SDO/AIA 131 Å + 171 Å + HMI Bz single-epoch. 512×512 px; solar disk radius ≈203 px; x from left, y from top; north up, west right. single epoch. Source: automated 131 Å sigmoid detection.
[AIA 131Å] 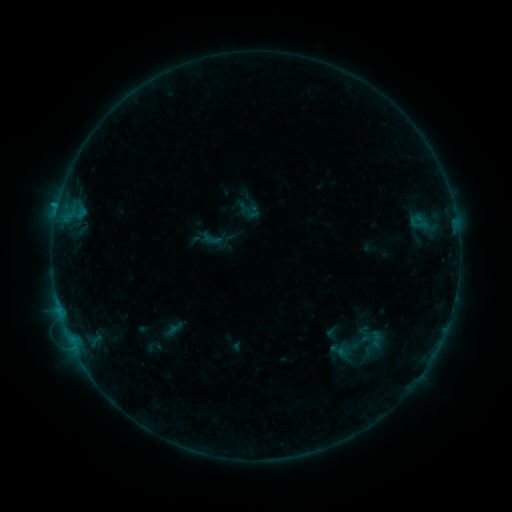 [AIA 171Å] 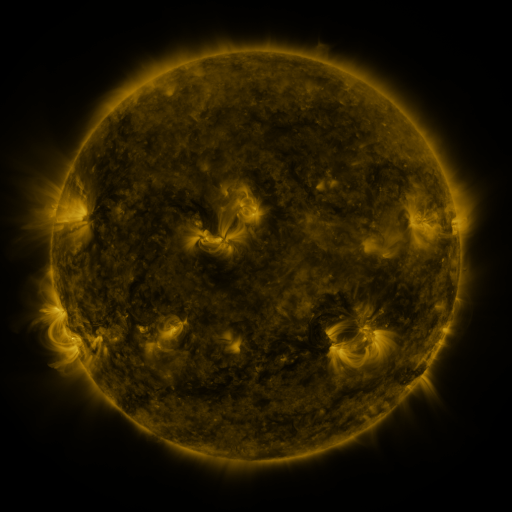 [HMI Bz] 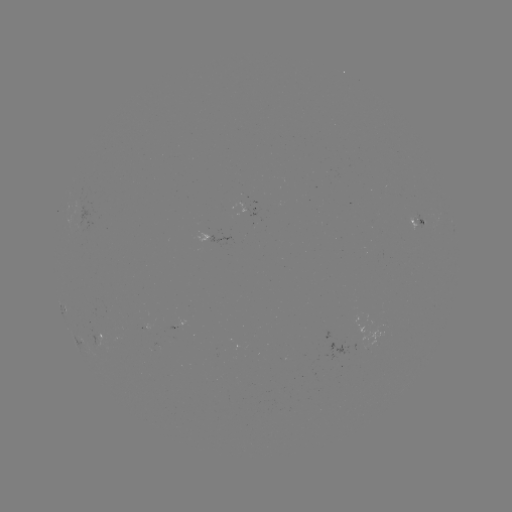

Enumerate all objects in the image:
sigmoid: [241, 203, 259, 221]
